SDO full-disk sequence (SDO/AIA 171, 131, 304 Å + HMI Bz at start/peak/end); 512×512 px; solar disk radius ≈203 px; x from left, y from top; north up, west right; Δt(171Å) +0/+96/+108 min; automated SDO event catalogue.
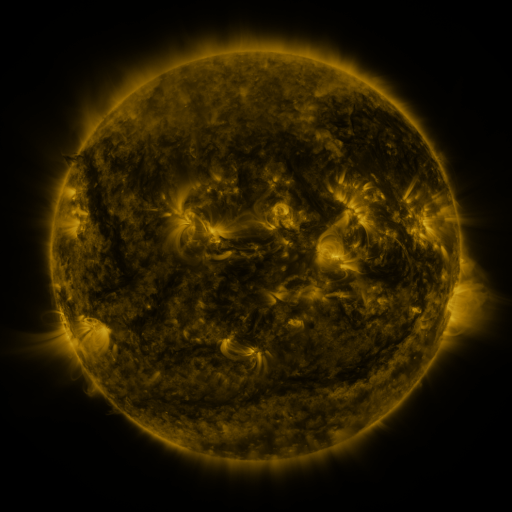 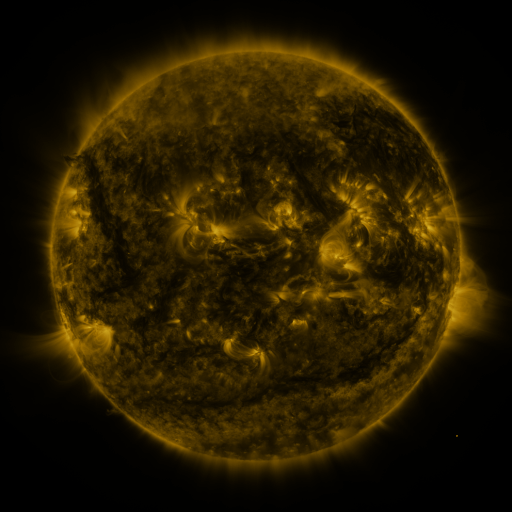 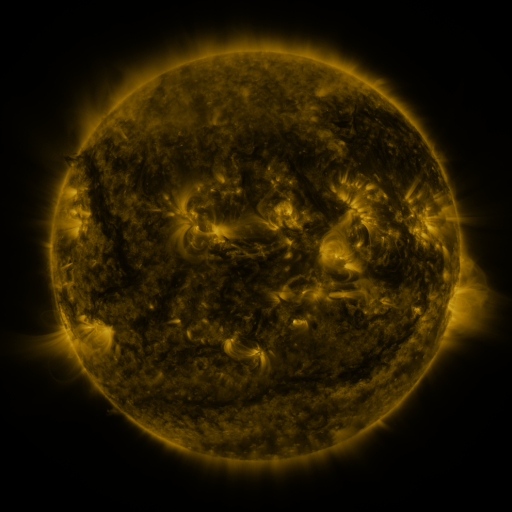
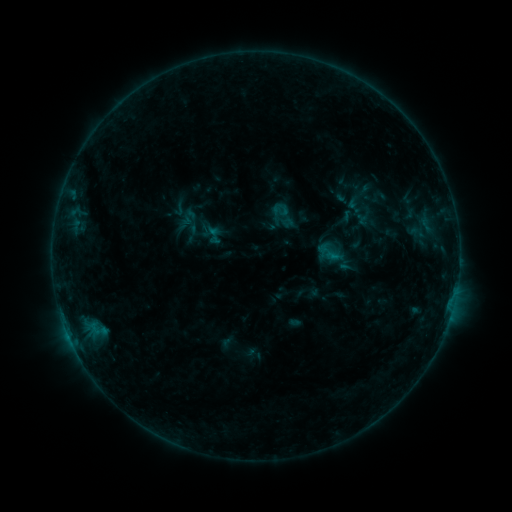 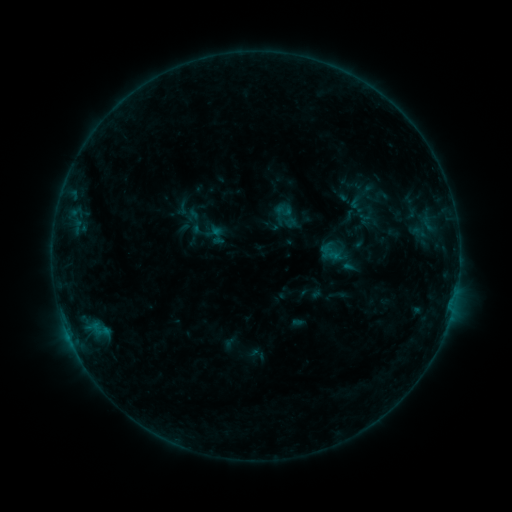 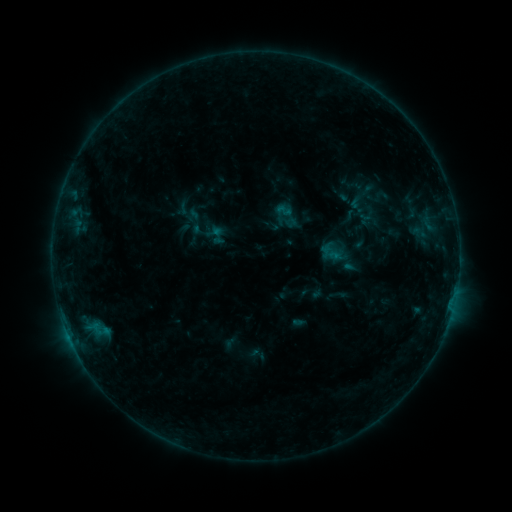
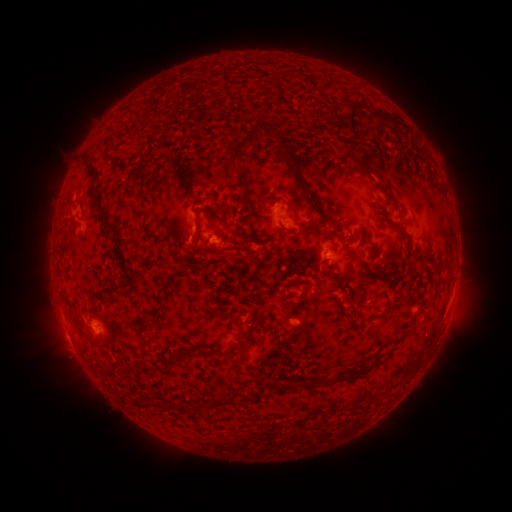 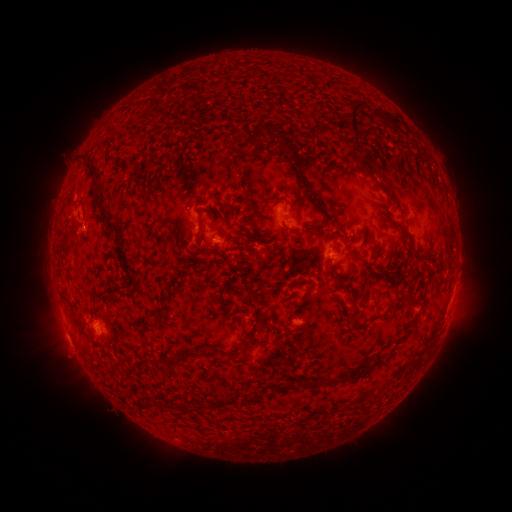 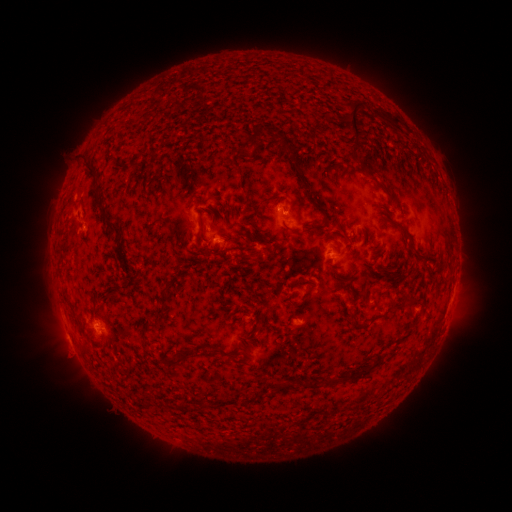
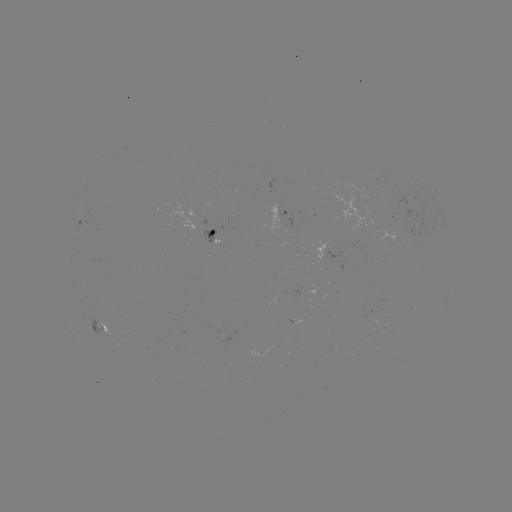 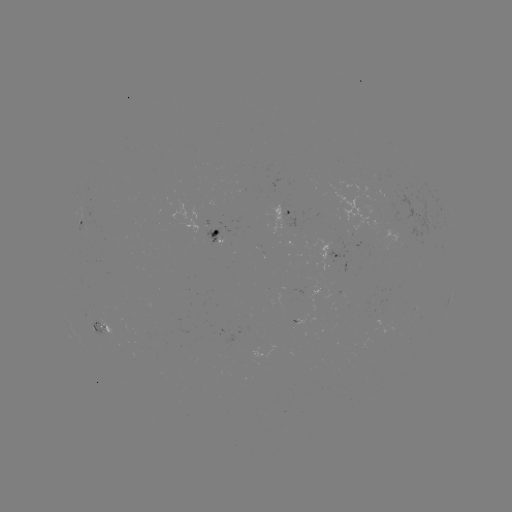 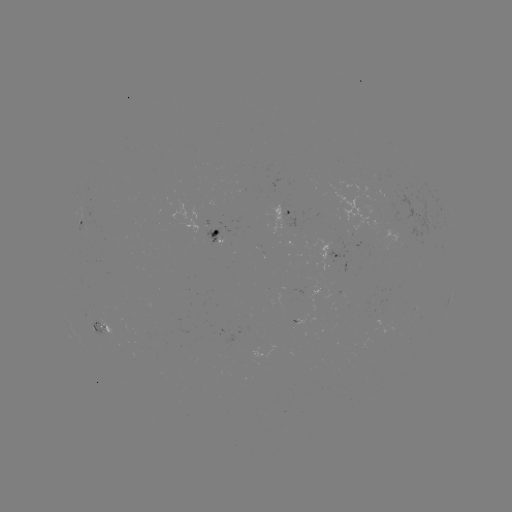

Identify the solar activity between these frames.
emerging-flux region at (208, 236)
